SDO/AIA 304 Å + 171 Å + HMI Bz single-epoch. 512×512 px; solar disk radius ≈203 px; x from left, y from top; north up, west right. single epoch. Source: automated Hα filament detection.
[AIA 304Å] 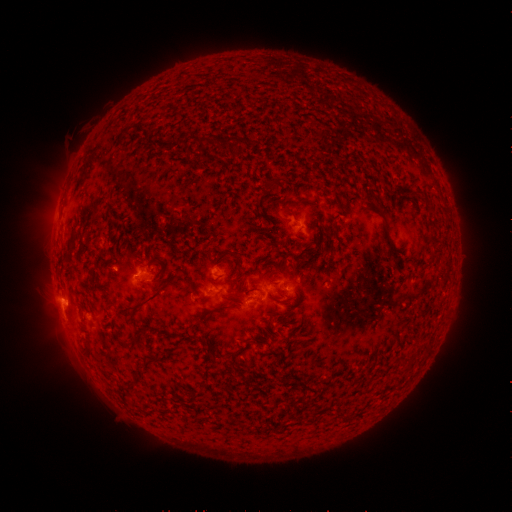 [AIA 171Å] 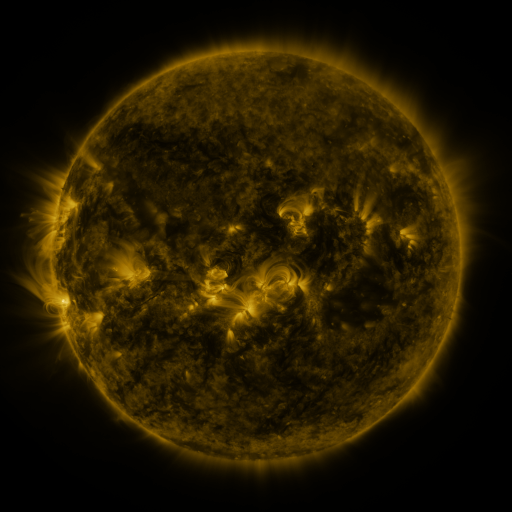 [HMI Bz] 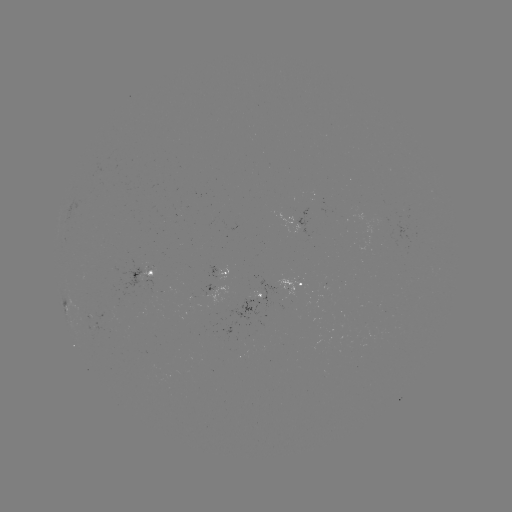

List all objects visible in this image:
filament: <bbox>179, 130, 189, 141</bbox>
filament: <bbox>233, 134, 245, 148</bbox>
filament: <bbox>198, 136, 208, 144</bbox>
filament: <bbox>209, 136, 218, 146</bbox>
filament: <bbox>271, 183, 280, 192</bbox>
filament: <bbox>294, 198, 309, 206</bbox>
filament: <bbox>297, 252, 306, 262</bbox>
filament: <bbox>152, 257, 165, 266</bbox>
filament: <bbox>123, 287, 162, 310</bbox>
filament: <bbox>210, 304, 228, 312</bbox>
